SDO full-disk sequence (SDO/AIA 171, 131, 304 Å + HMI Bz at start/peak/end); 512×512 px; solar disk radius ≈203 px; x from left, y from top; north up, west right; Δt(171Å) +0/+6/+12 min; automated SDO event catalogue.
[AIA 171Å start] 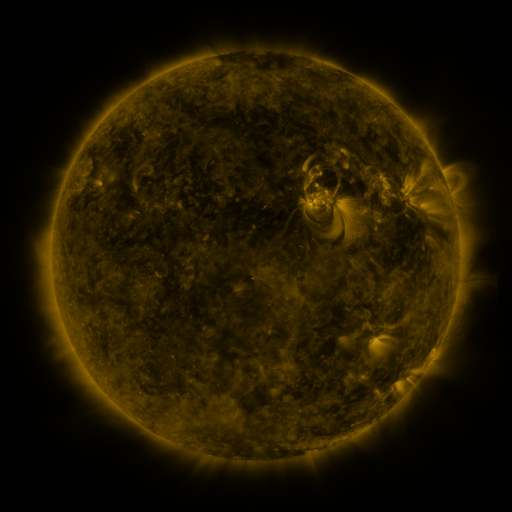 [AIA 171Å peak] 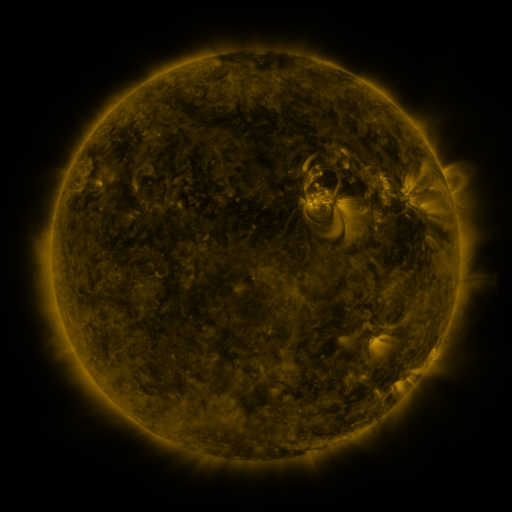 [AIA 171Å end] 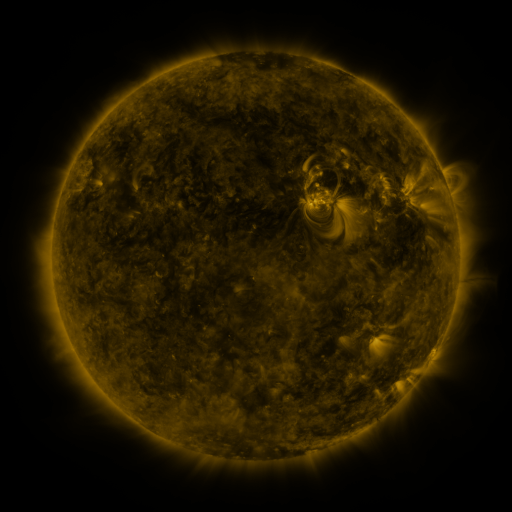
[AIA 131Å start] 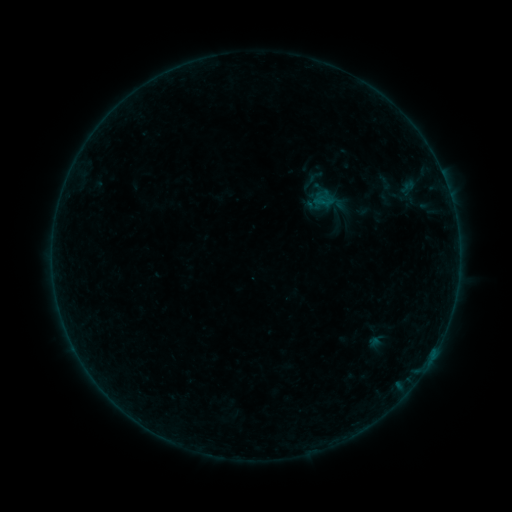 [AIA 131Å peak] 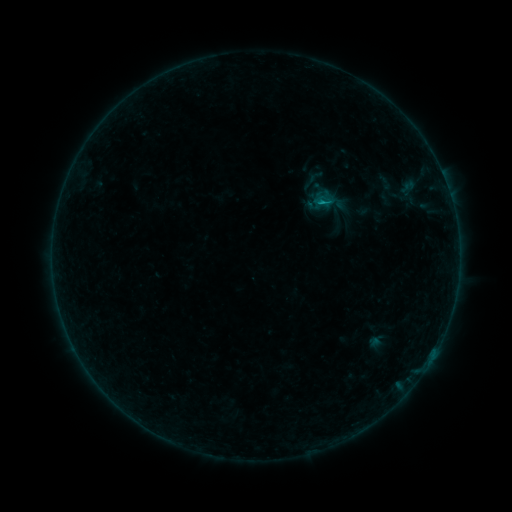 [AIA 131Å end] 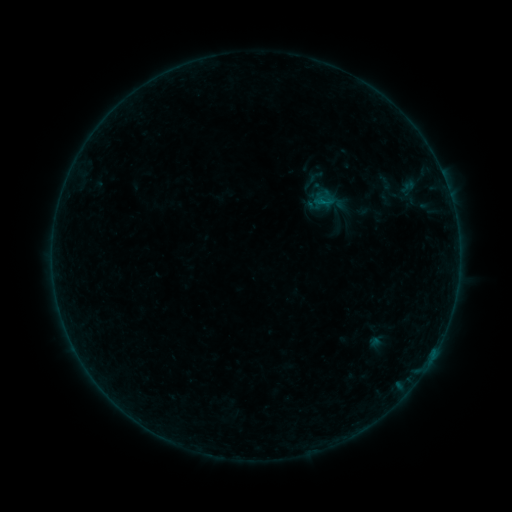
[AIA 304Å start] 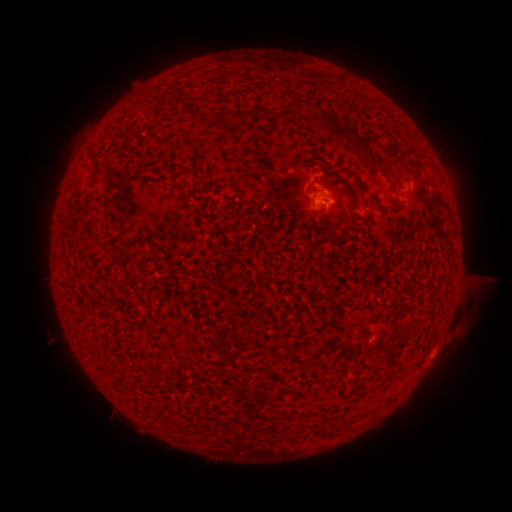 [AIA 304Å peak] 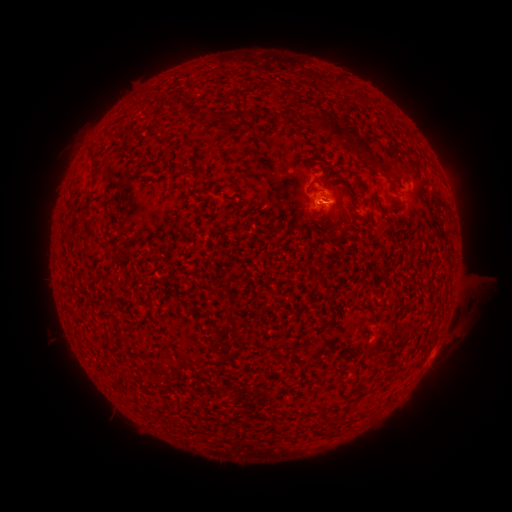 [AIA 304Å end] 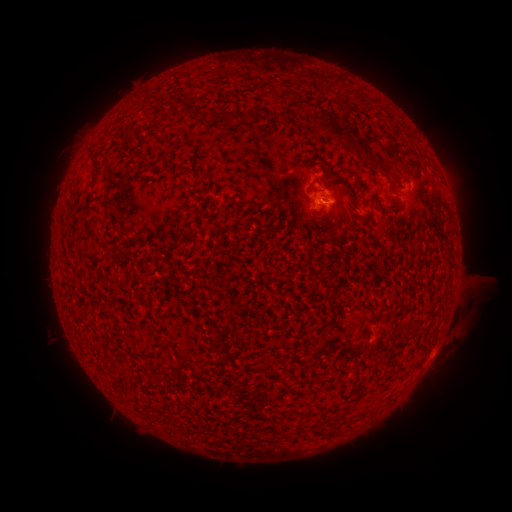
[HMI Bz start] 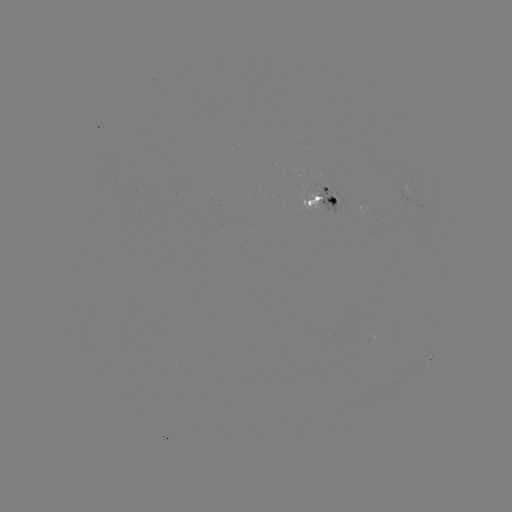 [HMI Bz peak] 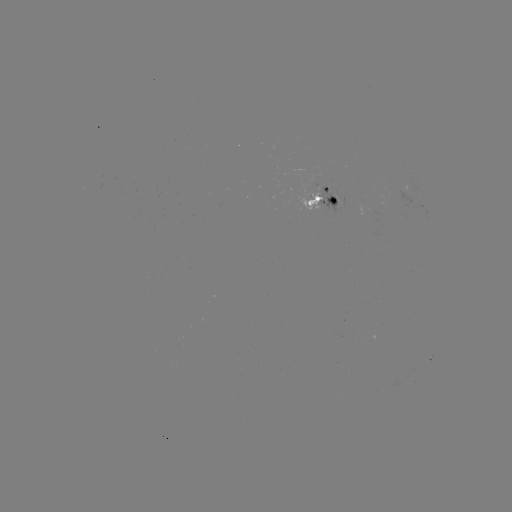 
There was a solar flare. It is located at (321, 205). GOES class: B2.9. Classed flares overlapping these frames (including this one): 1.